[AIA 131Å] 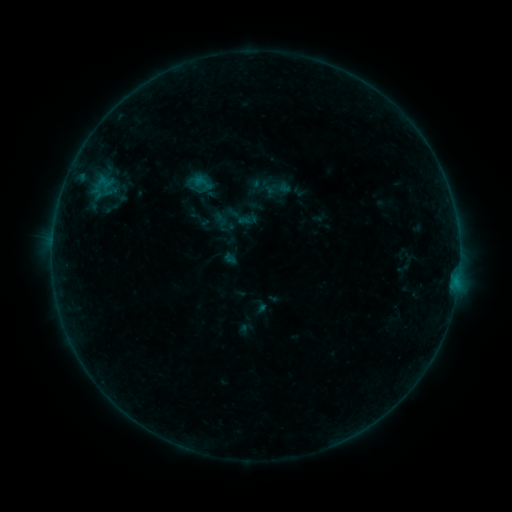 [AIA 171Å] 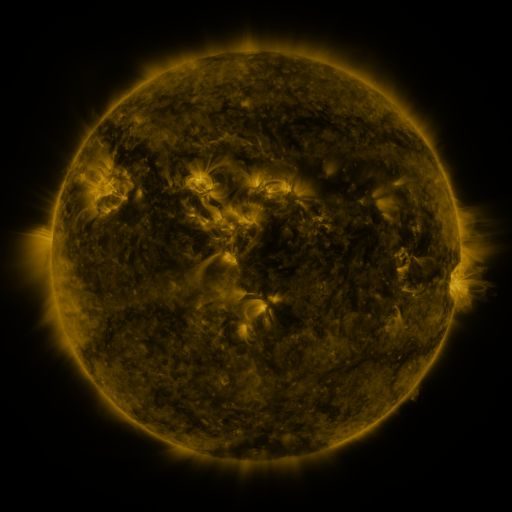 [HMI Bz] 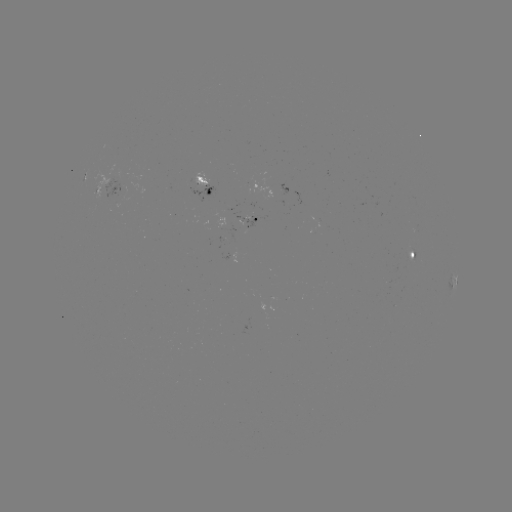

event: sigmoid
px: (202, 182)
